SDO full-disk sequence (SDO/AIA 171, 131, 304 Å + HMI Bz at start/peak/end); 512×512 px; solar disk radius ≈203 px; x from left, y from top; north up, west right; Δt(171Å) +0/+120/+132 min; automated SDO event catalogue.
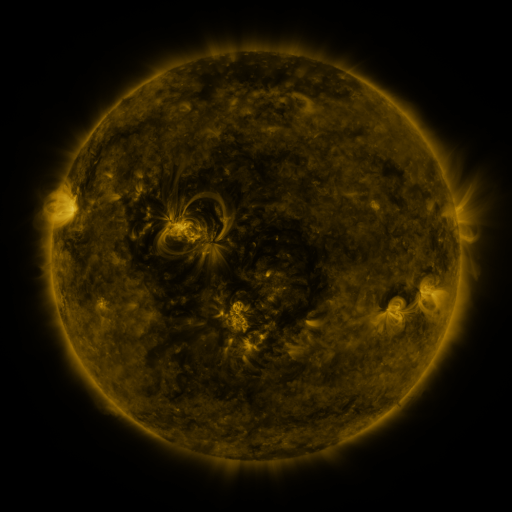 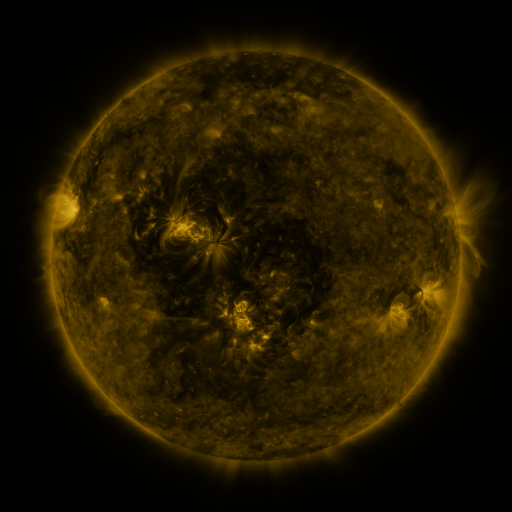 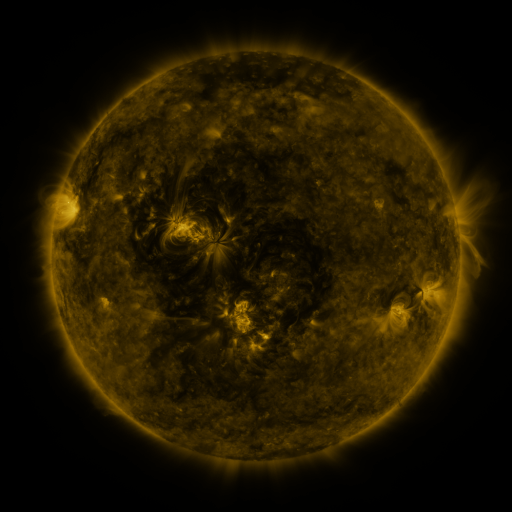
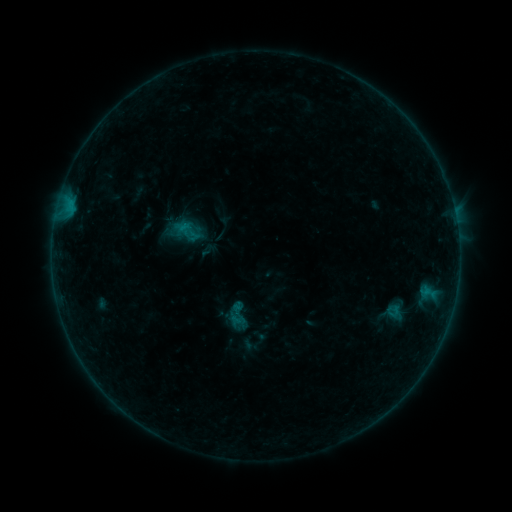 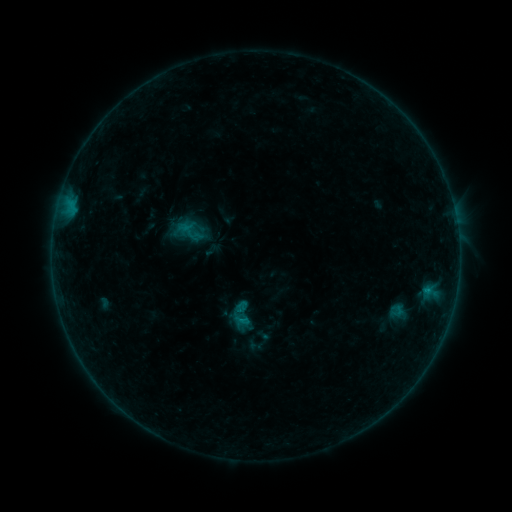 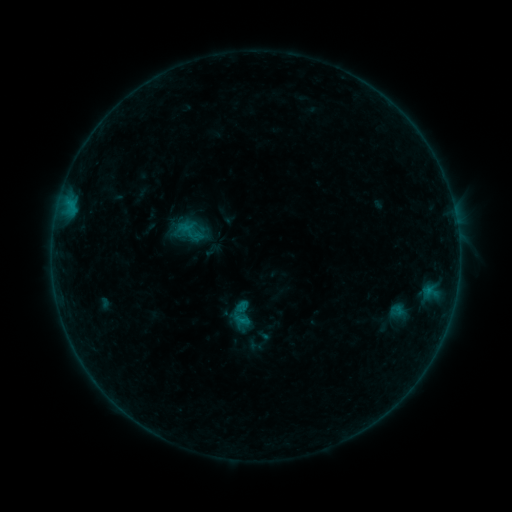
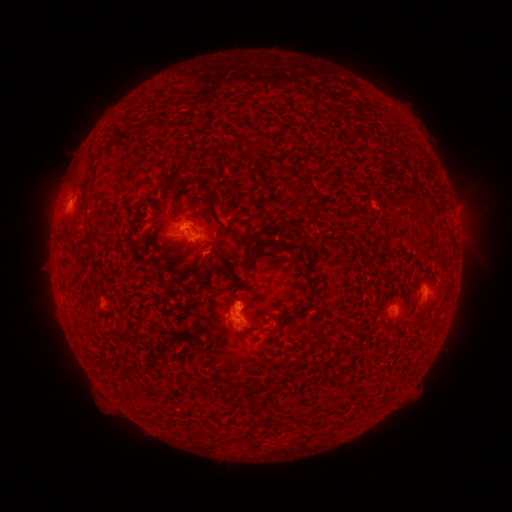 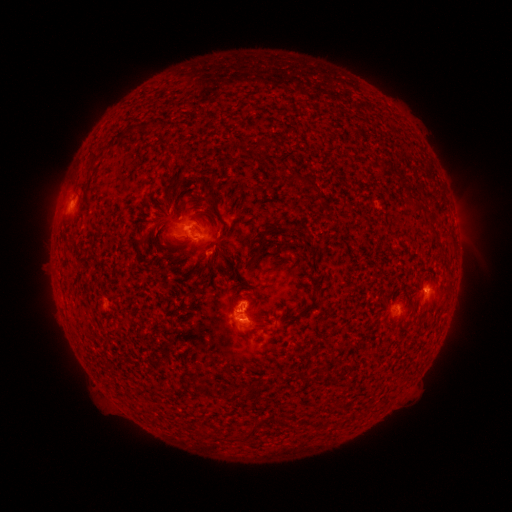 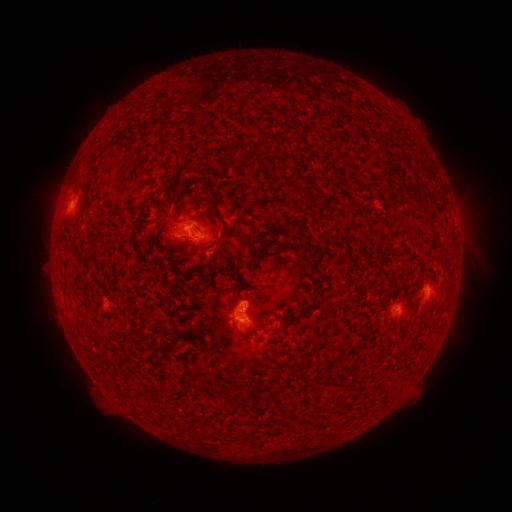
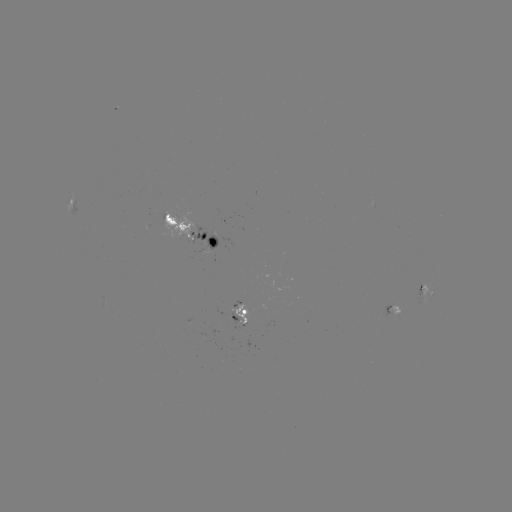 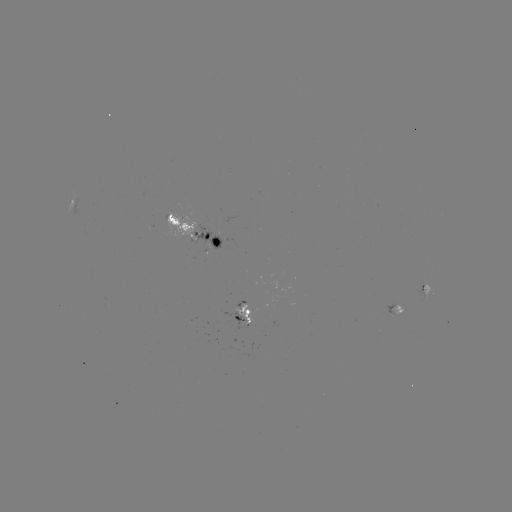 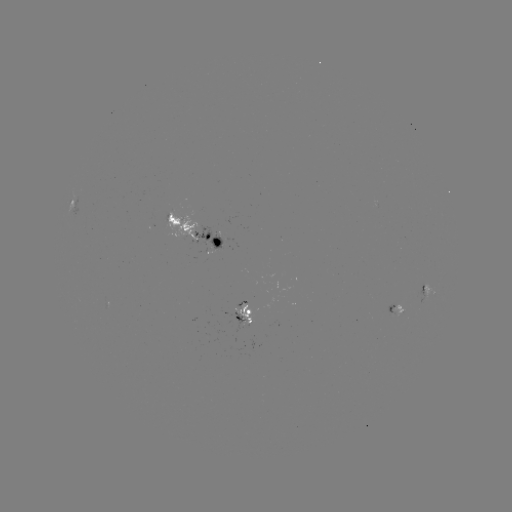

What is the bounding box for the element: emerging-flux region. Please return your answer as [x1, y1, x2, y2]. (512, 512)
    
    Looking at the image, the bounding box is [233, 304, 253, 328].